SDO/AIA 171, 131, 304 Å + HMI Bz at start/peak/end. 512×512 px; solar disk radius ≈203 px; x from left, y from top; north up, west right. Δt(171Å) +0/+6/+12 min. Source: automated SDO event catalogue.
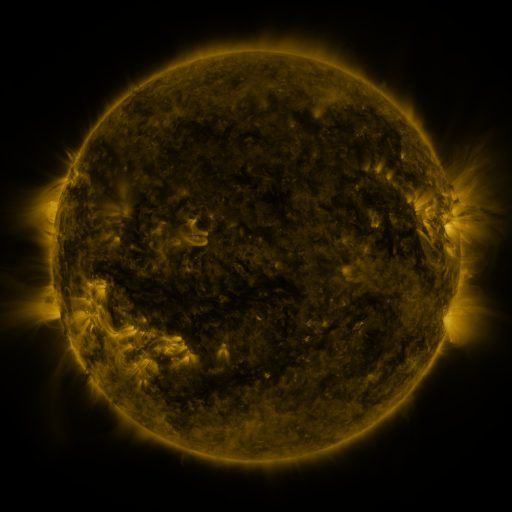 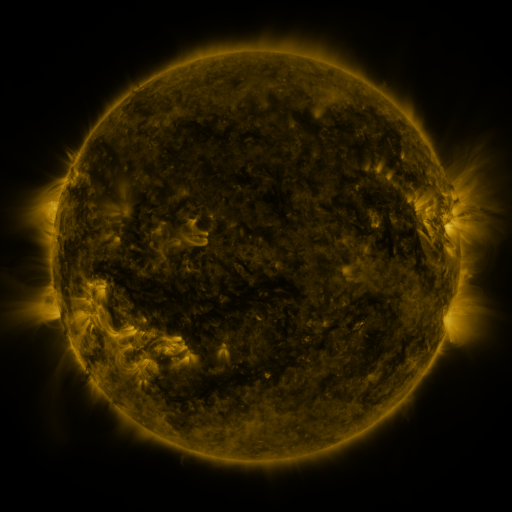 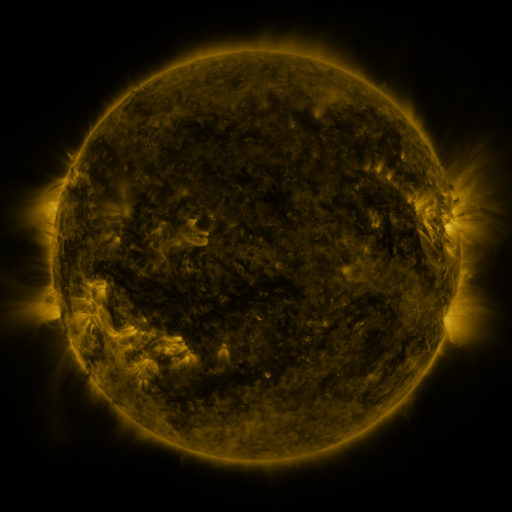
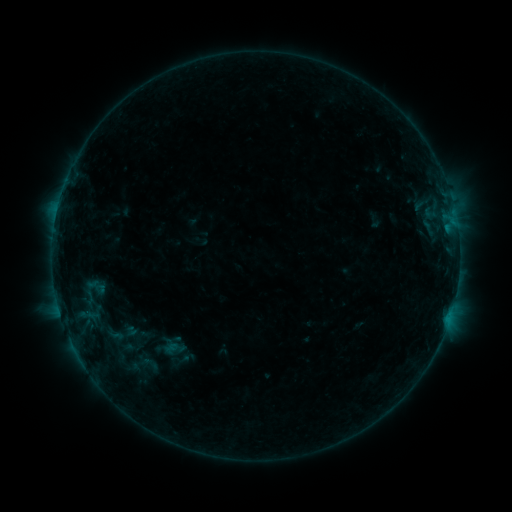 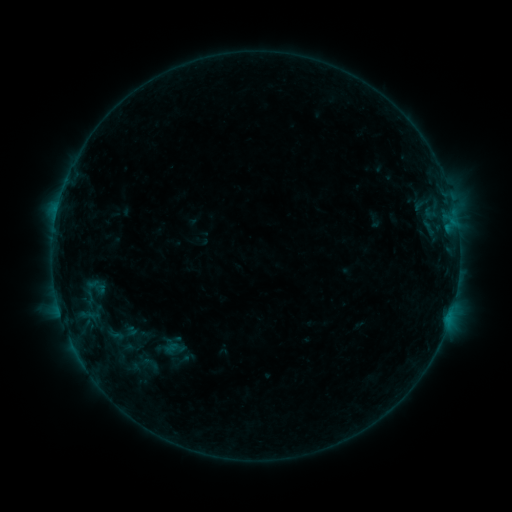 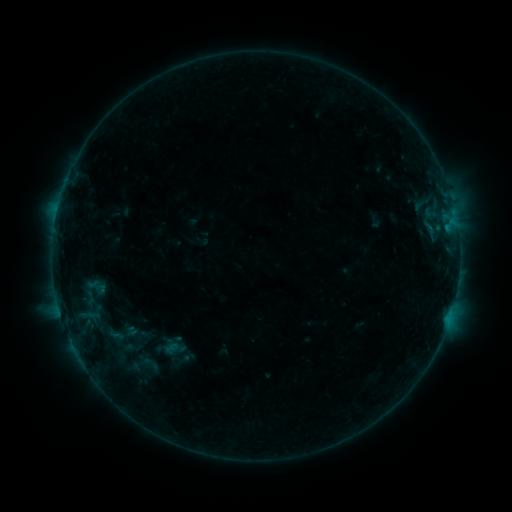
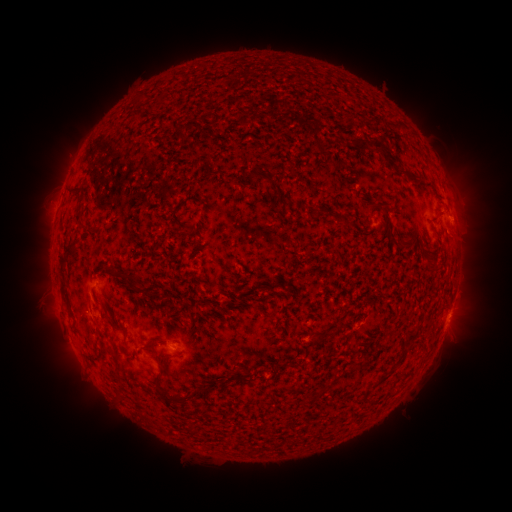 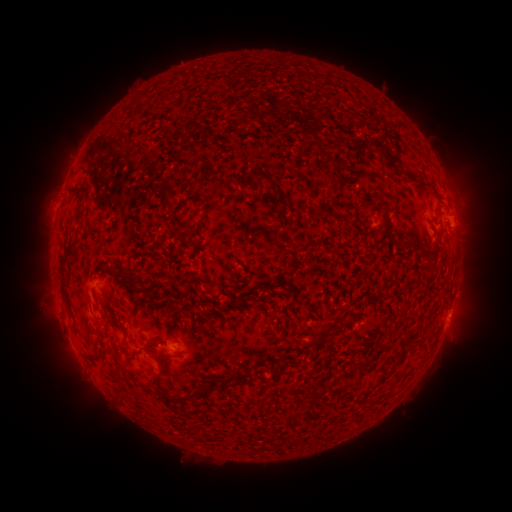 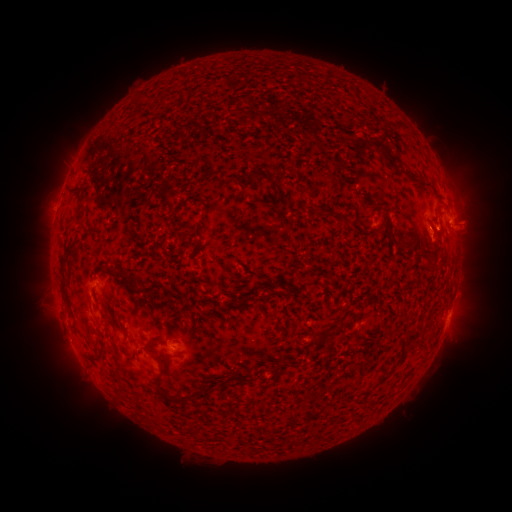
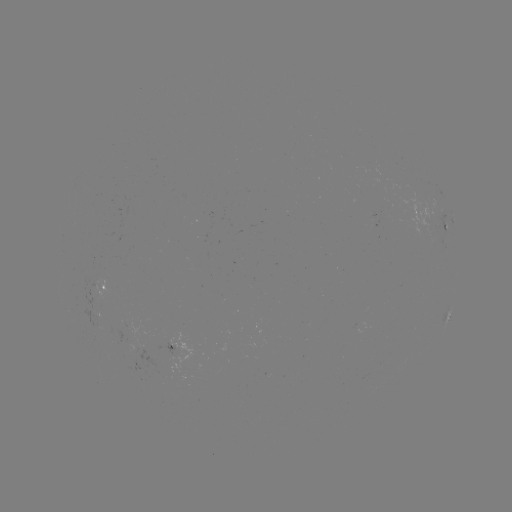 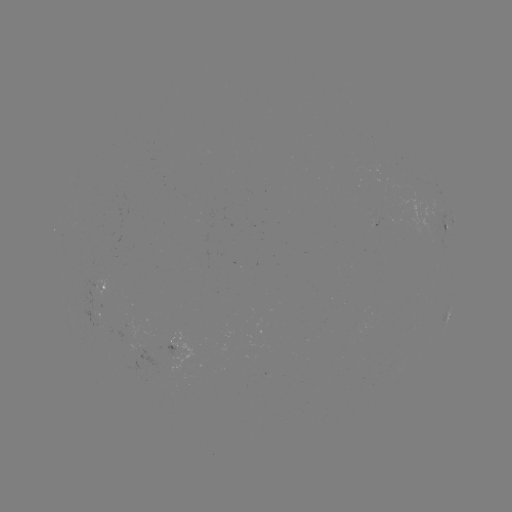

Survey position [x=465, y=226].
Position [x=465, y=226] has eruption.